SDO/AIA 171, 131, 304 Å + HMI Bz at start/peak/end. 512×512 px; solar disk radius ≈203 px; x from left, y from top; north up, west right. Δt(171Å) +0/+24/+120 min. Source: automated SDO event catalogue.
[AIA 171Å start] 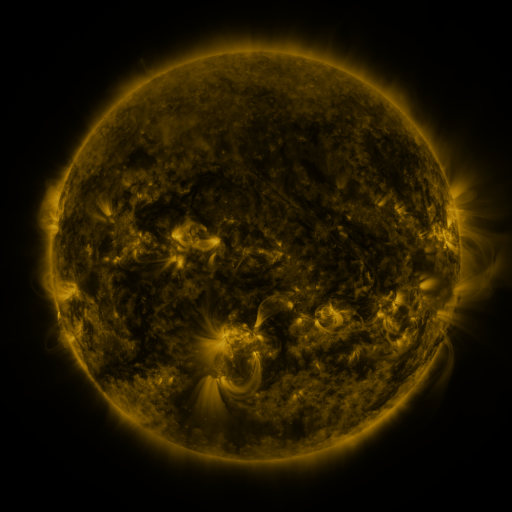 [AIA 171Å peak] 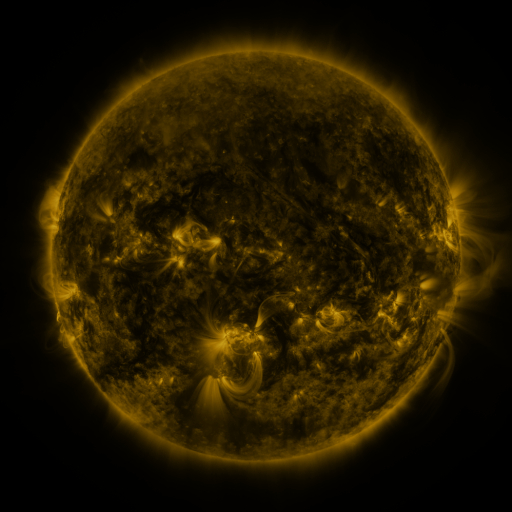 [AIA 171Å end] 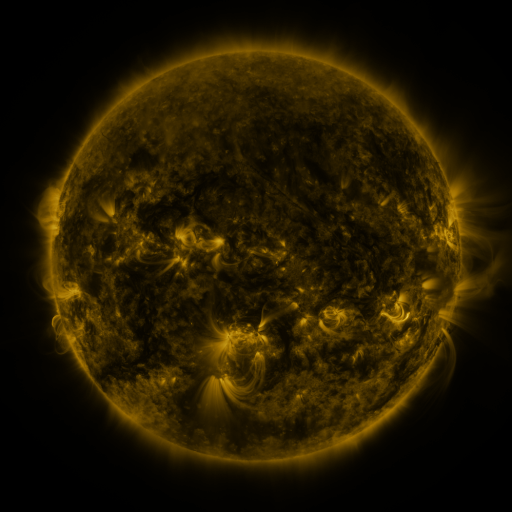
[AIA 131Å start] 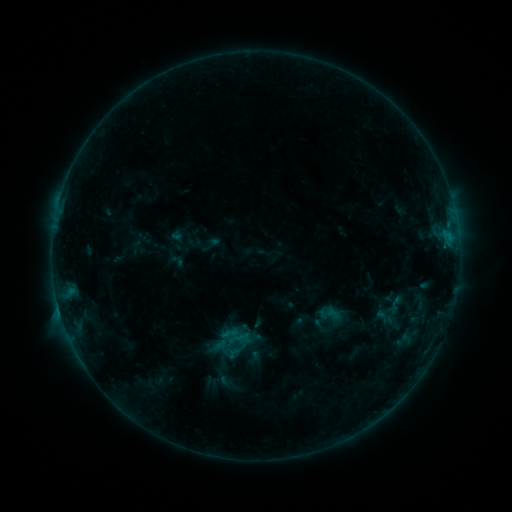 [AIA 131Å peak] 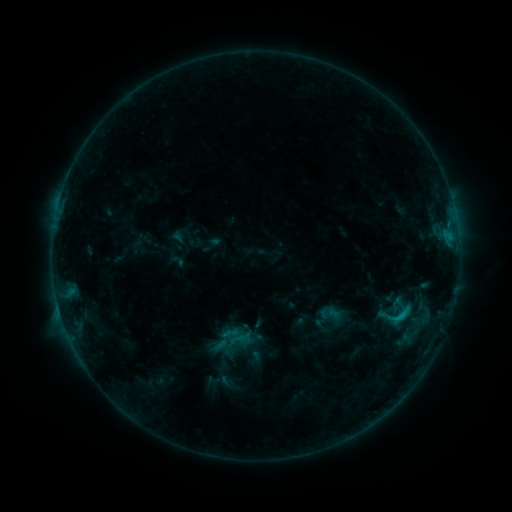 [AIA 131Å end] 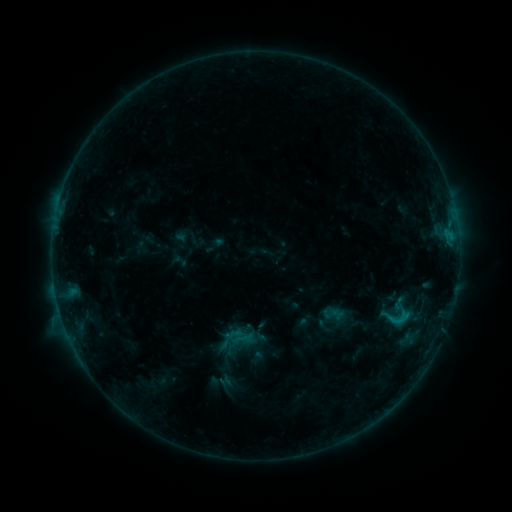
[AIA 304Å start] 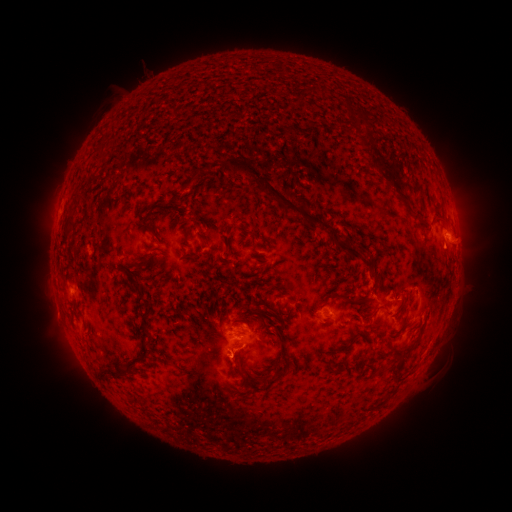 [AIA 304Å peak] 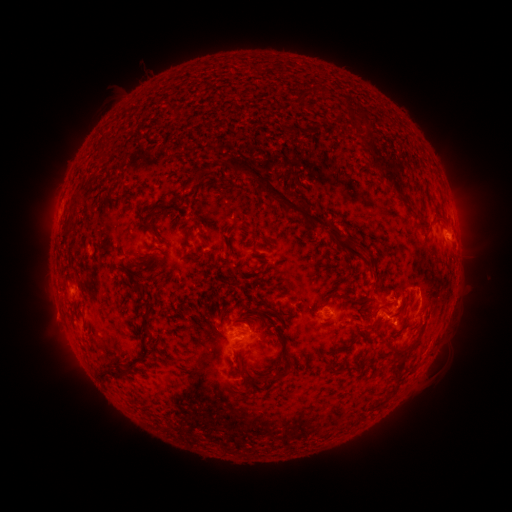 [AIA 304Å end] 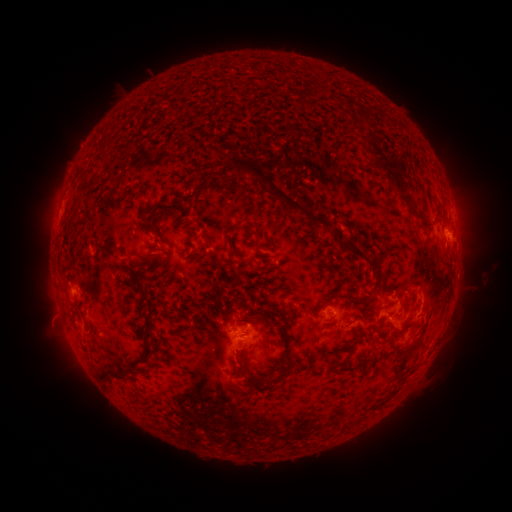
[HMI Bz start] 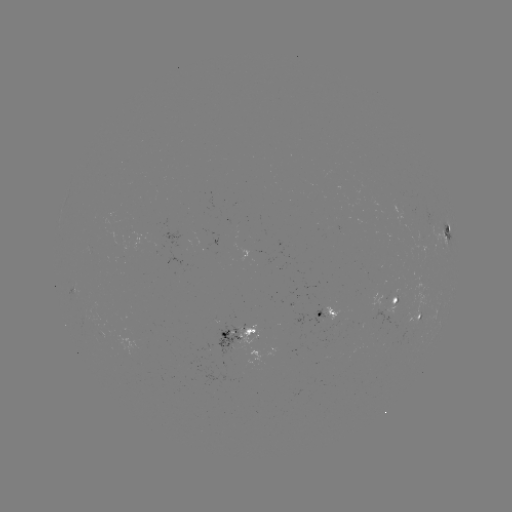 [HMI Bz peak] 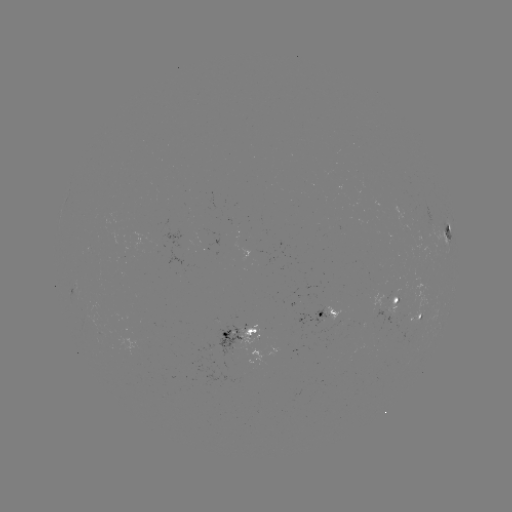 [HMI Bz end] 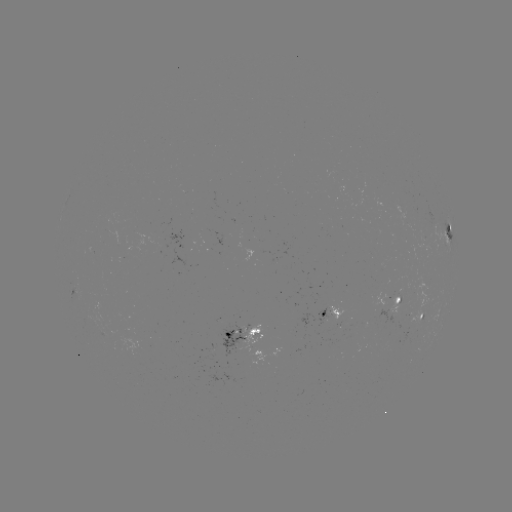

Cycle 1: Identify C1.6 flare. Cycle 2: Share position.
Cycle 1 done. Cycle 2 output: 401,315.